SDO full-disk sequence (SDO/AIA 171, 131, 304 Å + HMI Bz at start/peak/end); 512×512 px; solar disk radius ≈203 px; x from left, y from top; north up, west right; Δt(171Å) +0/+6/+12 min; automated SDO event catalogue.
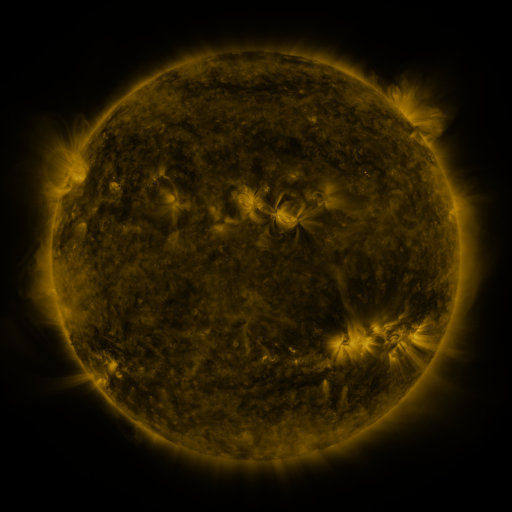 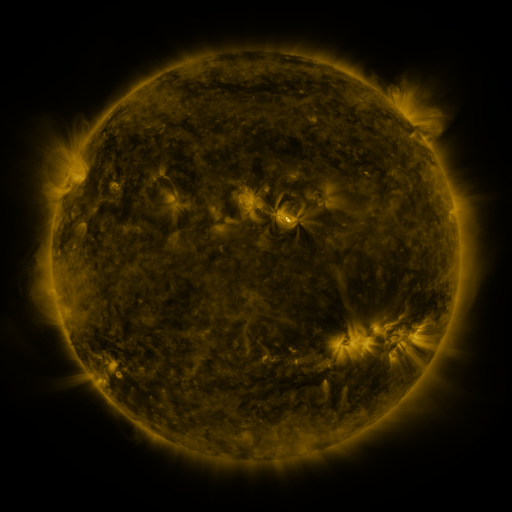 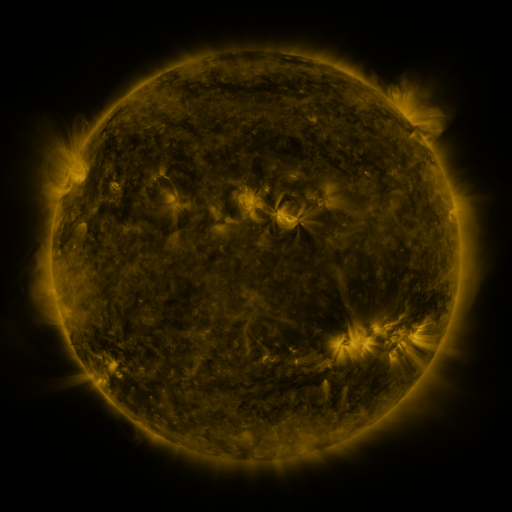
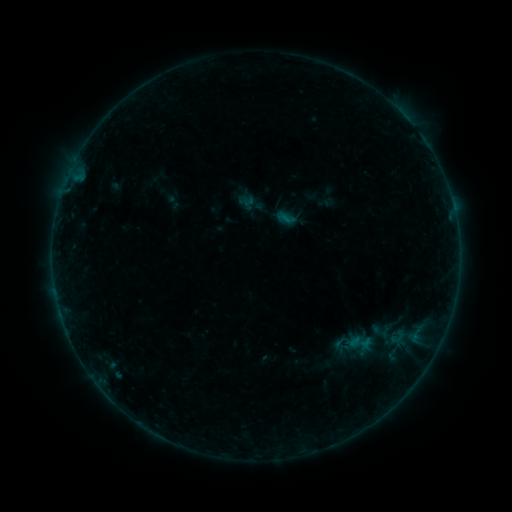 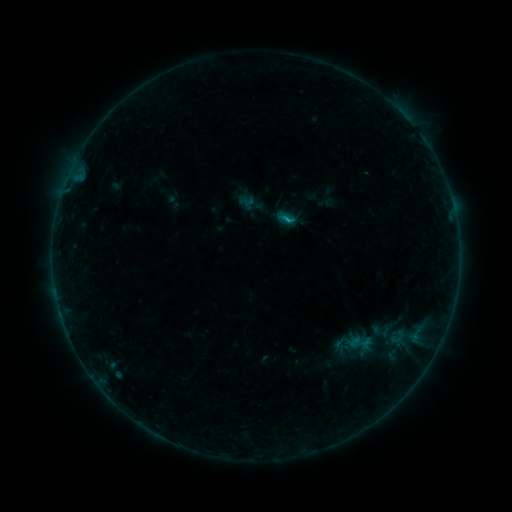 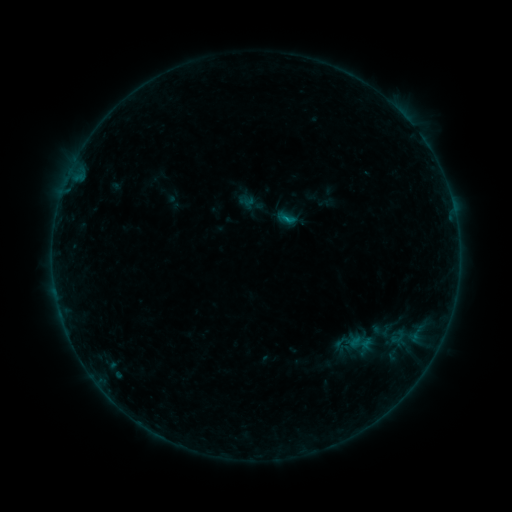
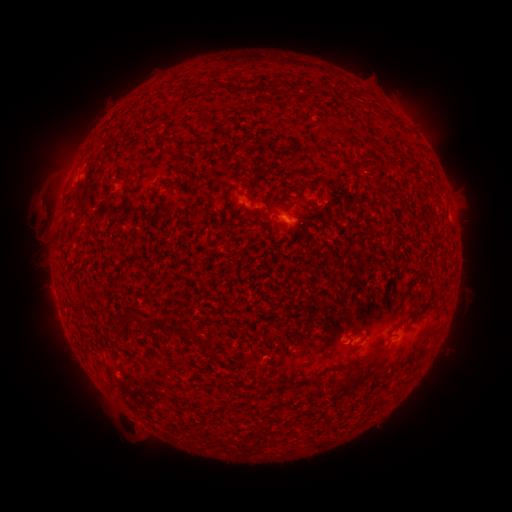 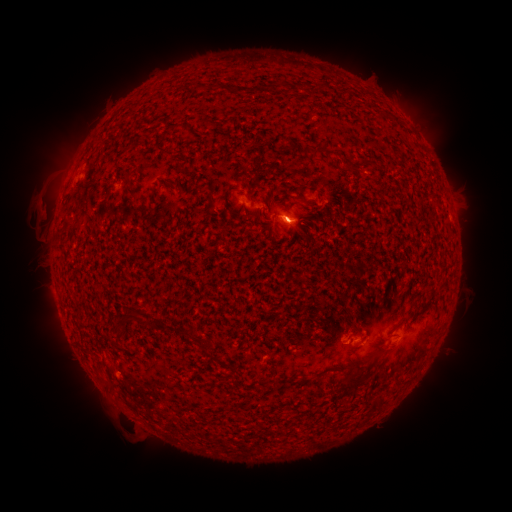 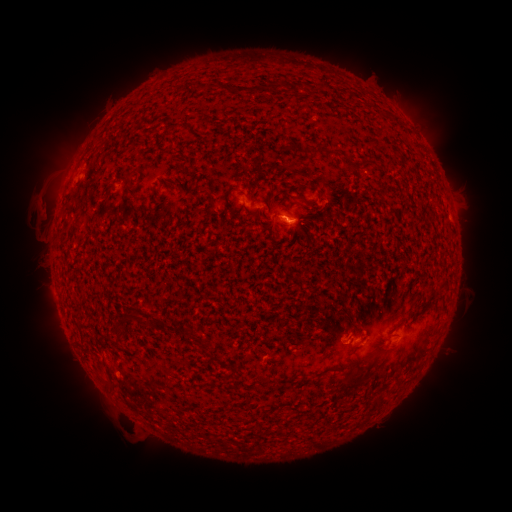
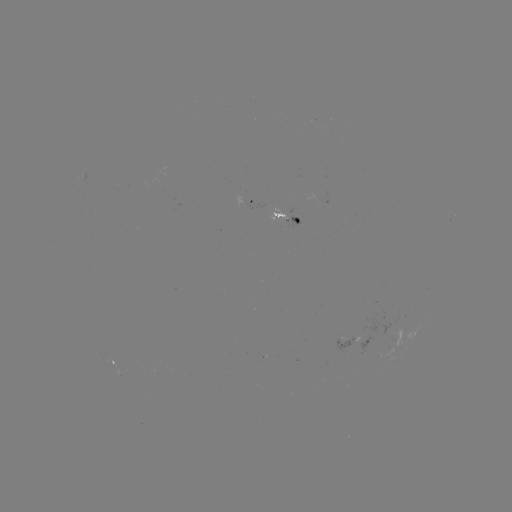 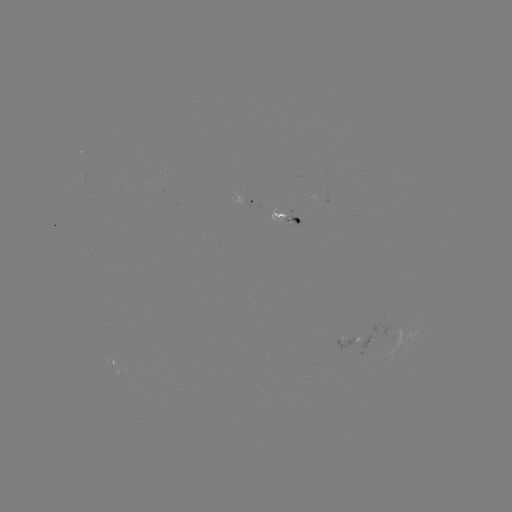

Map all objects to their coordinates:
B3.7 flare: (287, 223)
